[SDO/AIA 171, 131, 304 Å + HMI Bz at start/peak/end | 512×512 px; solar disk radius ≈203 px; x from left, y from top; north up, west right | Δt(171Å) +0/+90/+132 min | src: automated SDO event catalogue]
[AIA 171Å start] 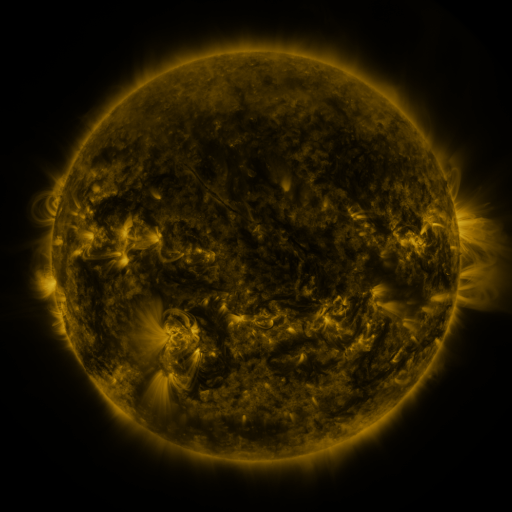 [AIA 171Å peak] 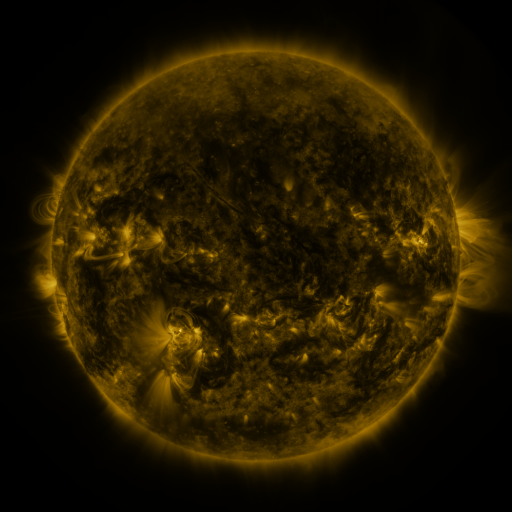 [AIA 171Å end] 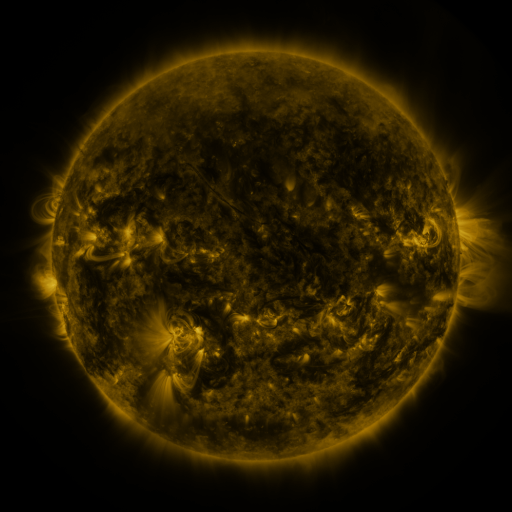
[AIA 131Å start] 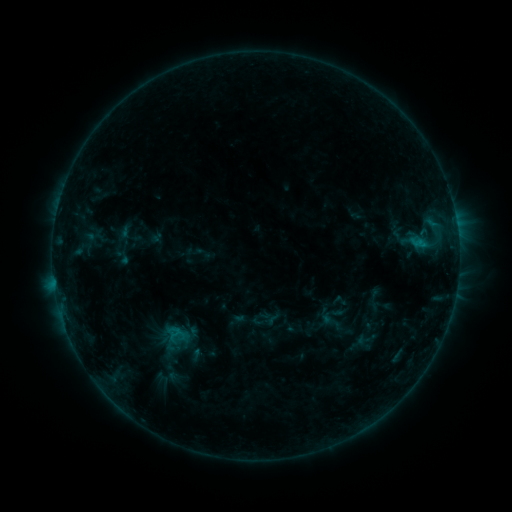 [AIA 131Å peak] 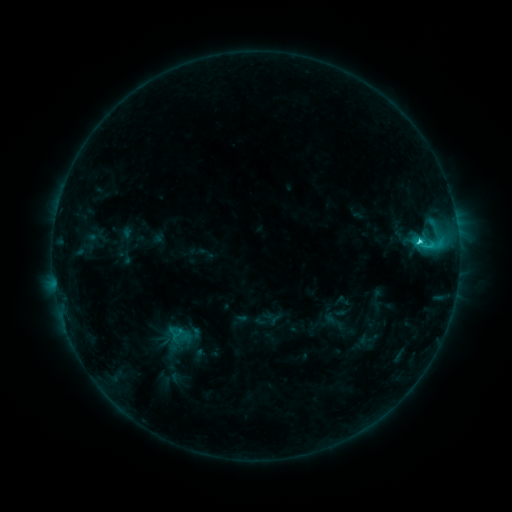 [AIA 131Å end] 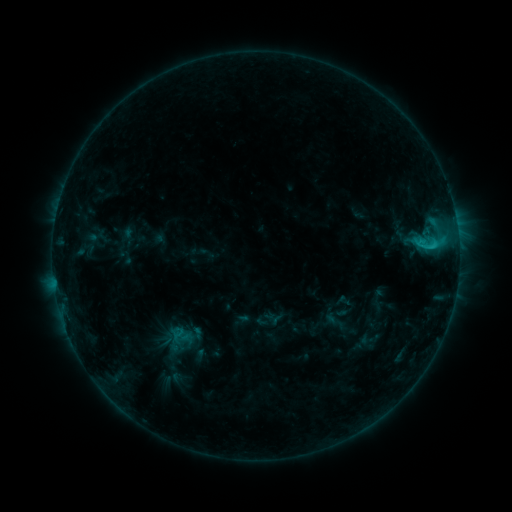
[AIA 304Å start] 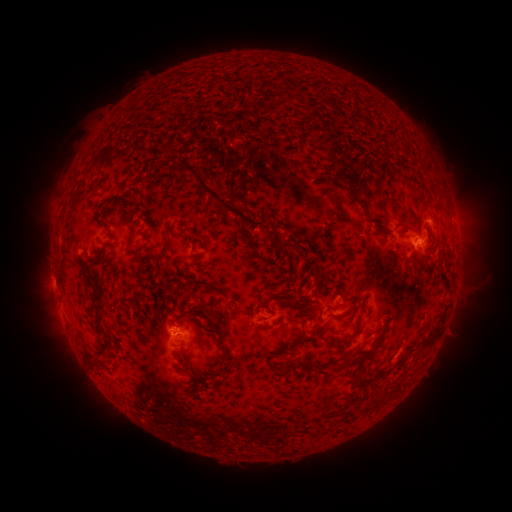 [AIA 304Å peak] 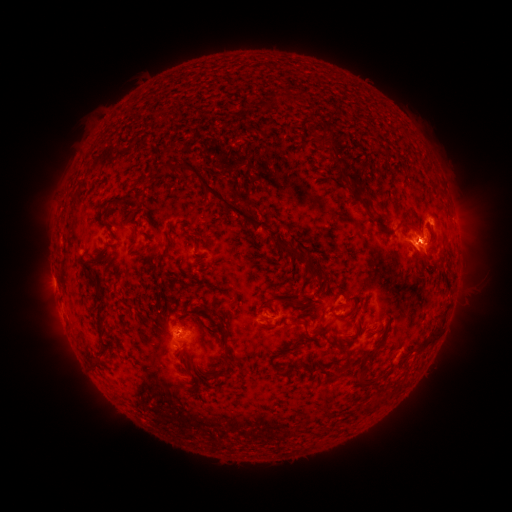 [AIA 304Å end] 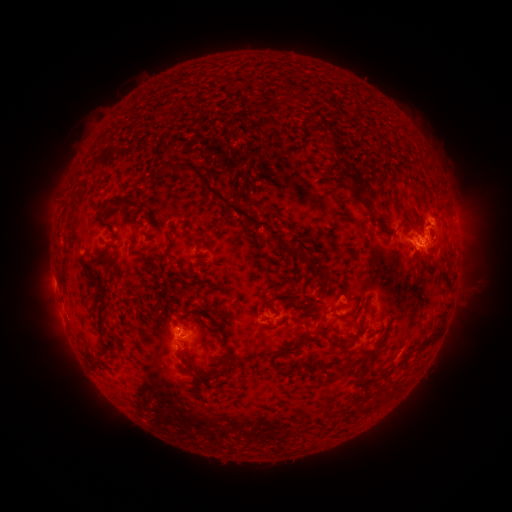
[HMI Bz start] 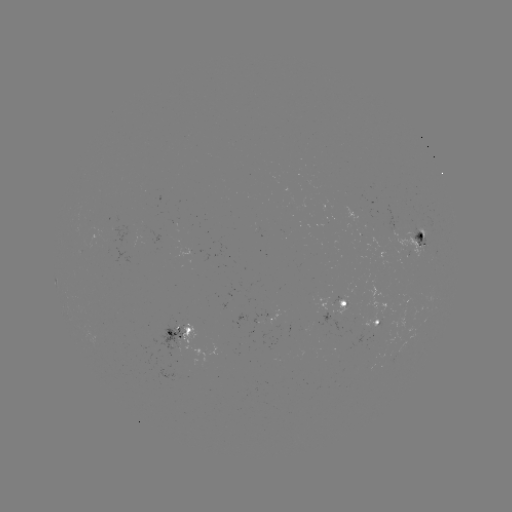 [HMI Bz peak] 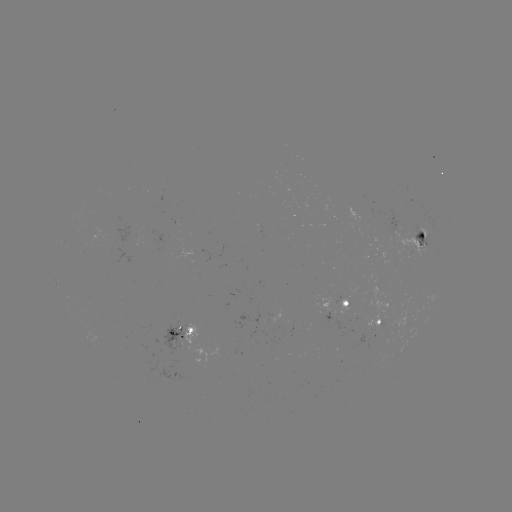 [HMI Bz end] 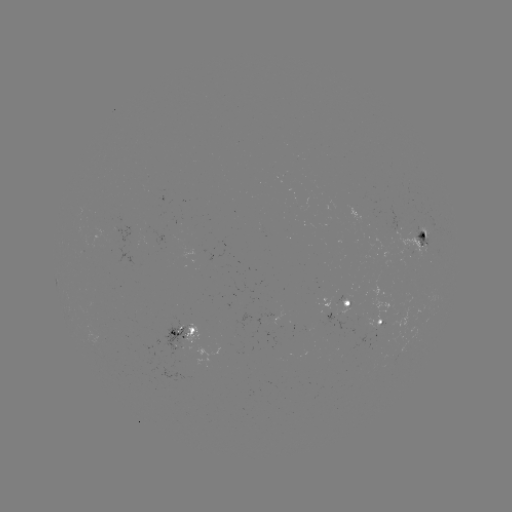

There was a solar flare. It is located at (417, 243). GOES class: C3.6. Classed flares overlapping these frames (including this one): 1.